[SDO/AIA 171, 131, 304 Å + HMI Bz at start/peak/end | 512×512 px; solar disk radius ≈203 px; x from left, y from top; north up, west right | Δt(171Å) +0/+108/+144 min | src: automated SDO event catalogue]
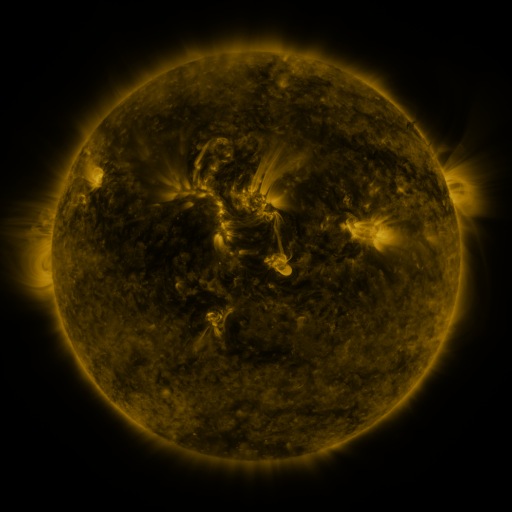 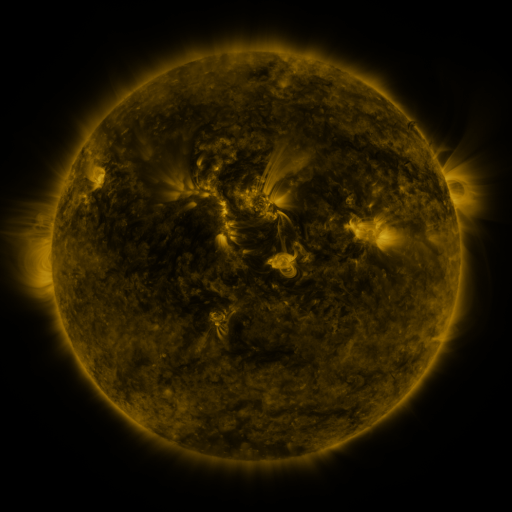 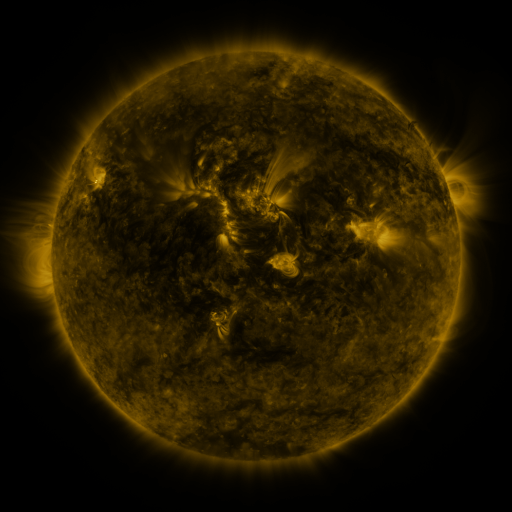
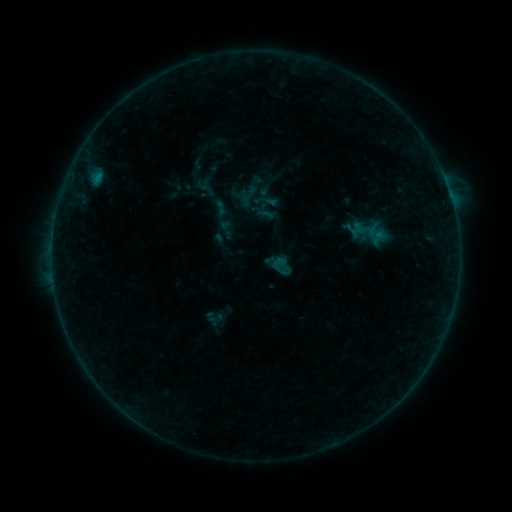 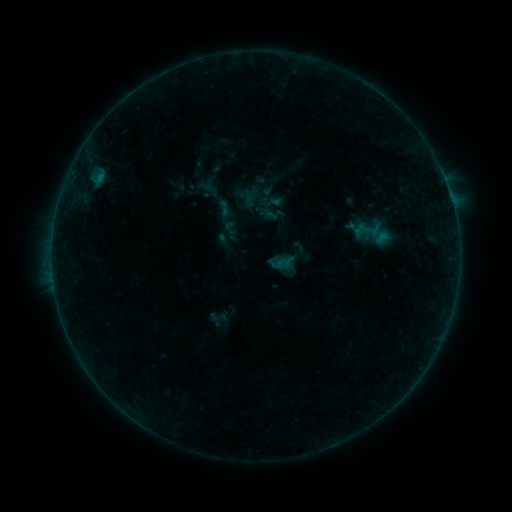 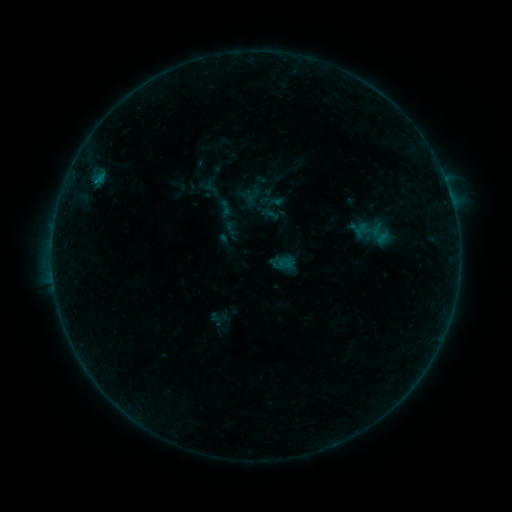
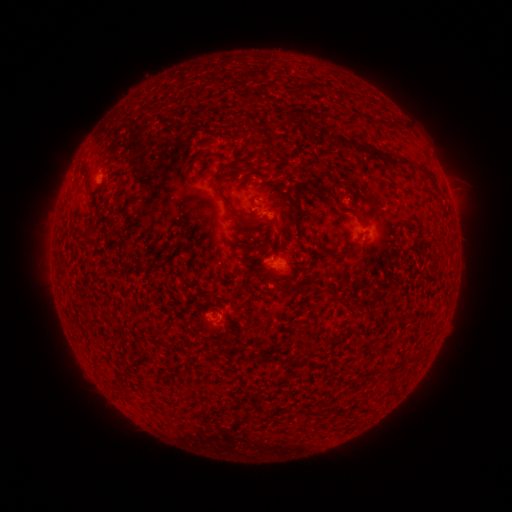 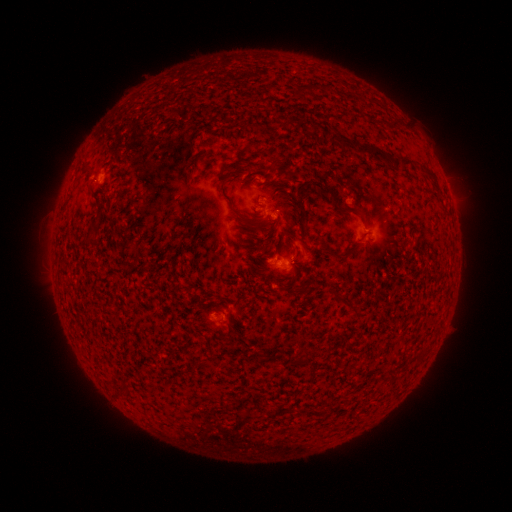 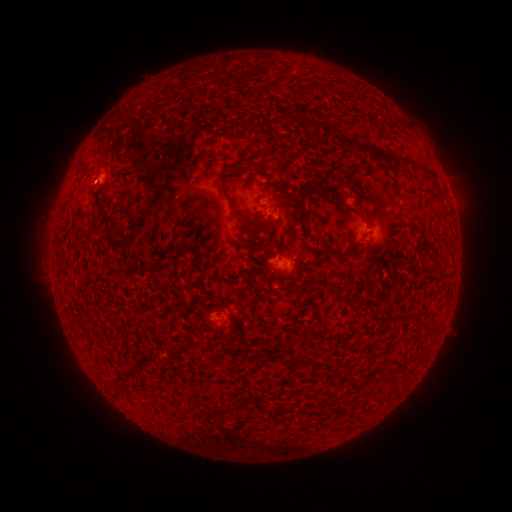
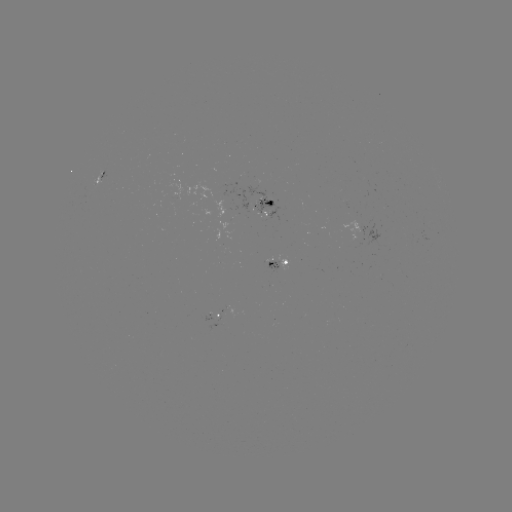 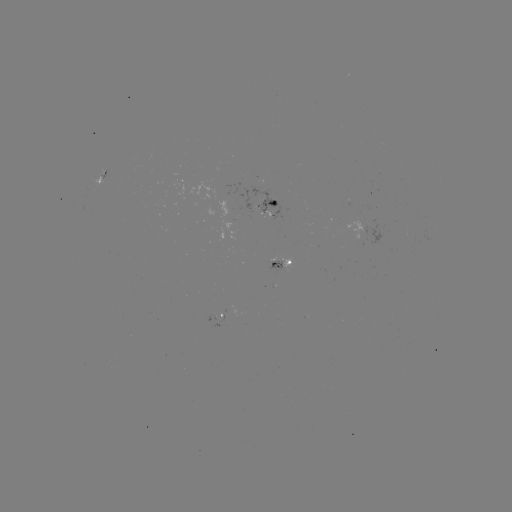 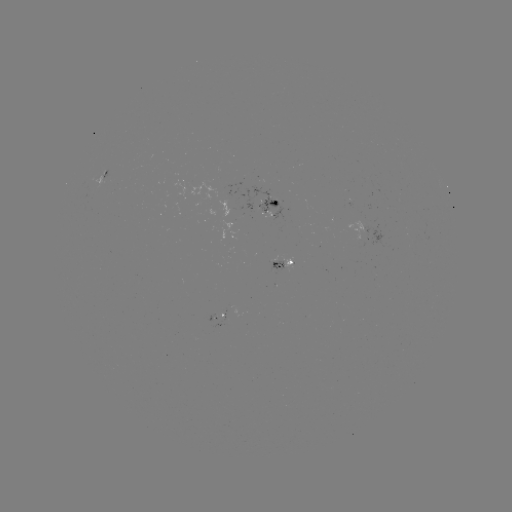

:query emerging-flux region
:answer [263, 202]